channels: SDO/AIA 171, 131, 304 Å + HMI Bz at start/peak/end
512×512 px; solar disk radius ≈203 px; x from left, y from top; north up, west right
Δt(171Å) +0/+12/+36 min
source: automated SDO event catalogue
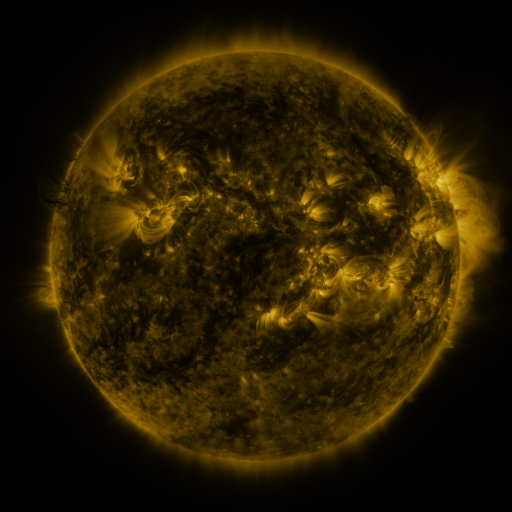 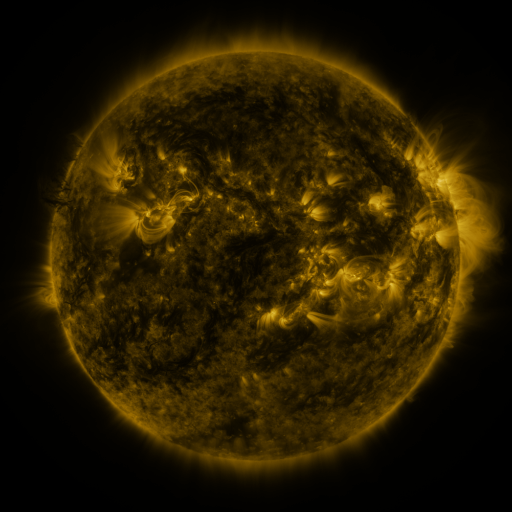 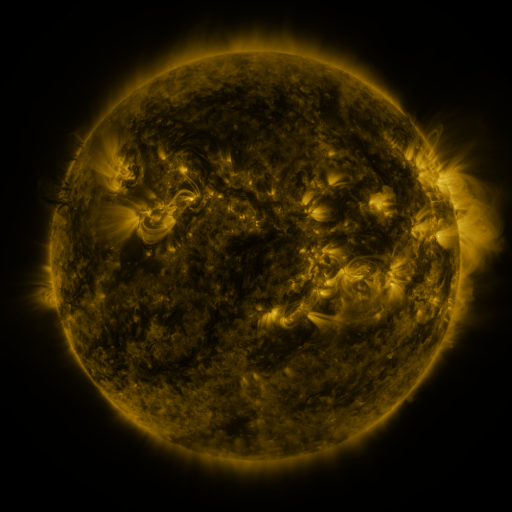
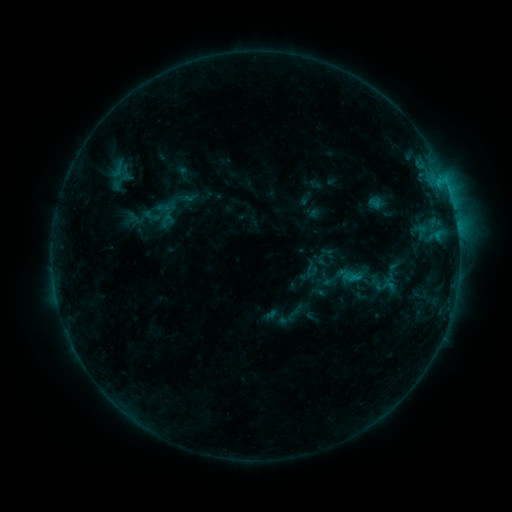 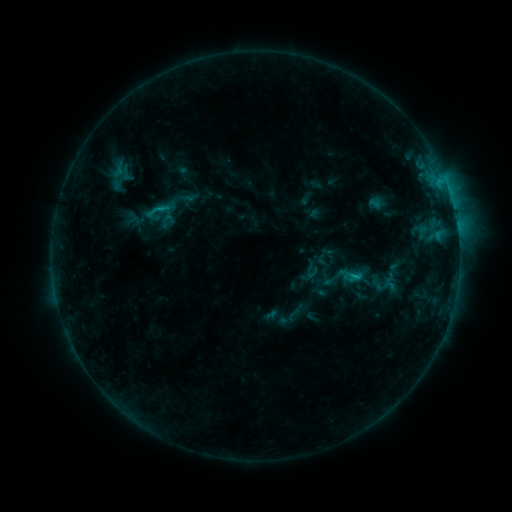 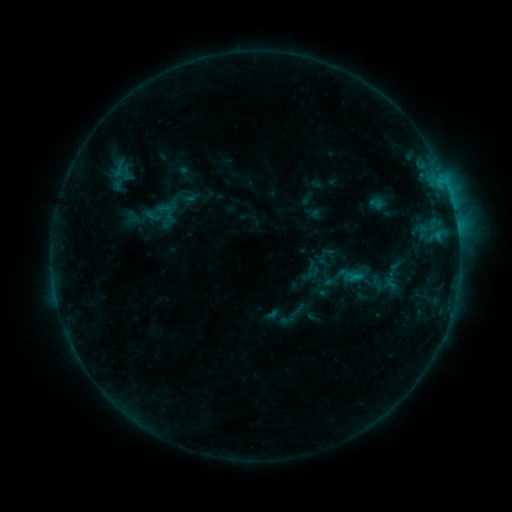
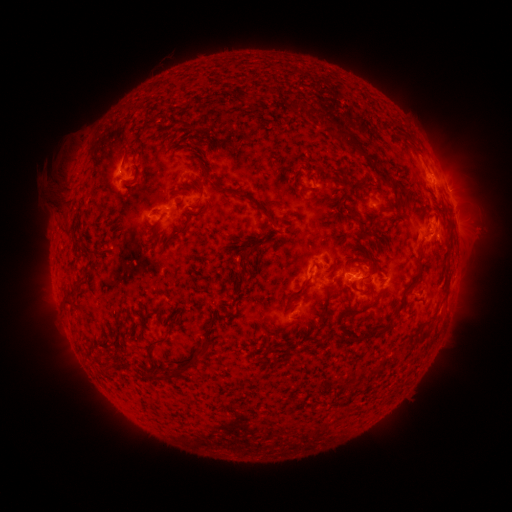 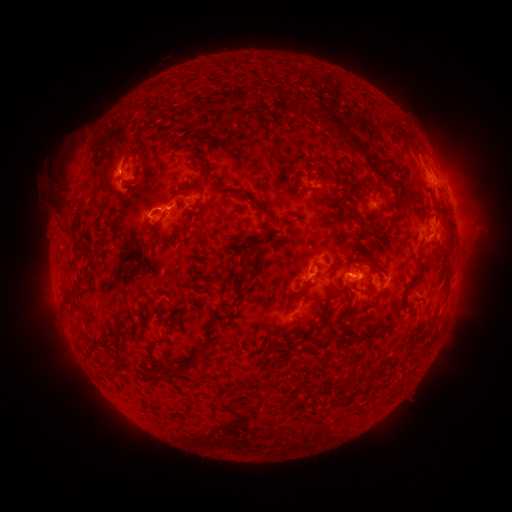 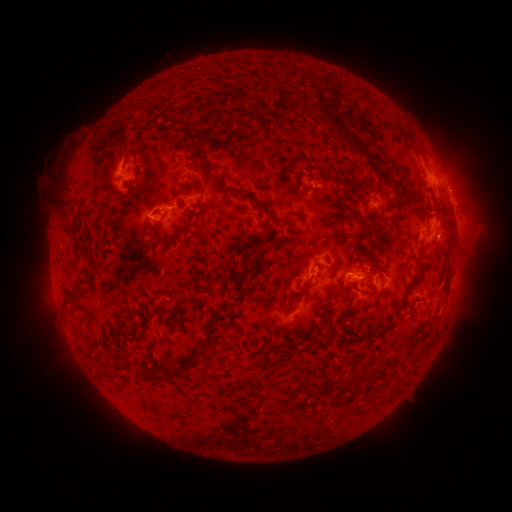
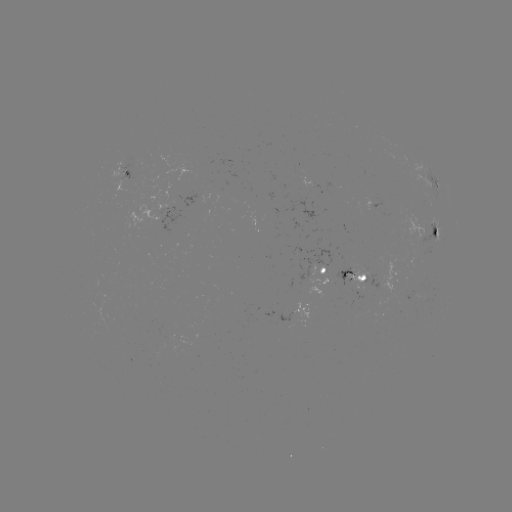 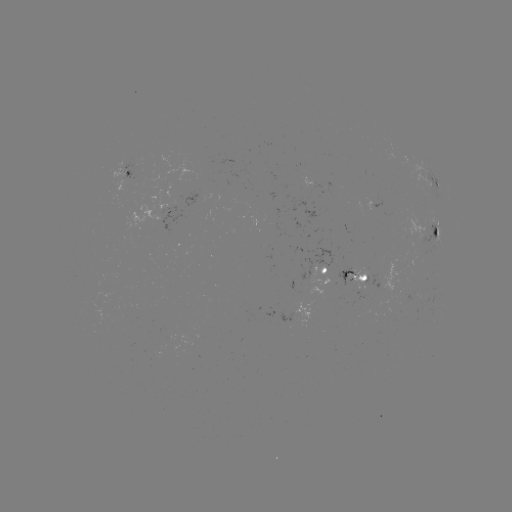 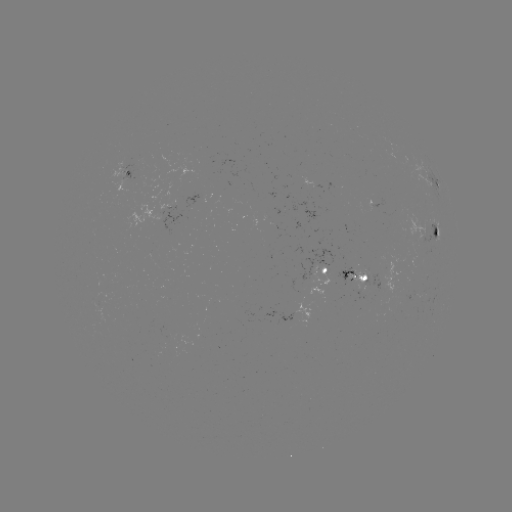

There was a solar flare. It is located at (353, 272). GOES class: C1.0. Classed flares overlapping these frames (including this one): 1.